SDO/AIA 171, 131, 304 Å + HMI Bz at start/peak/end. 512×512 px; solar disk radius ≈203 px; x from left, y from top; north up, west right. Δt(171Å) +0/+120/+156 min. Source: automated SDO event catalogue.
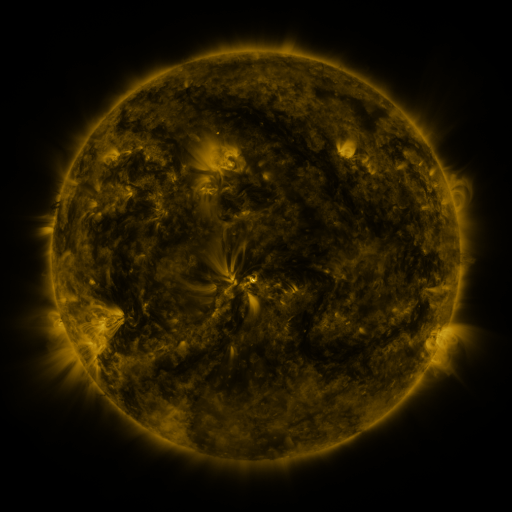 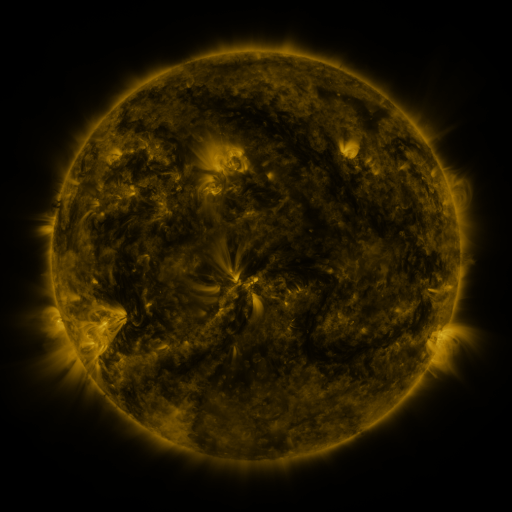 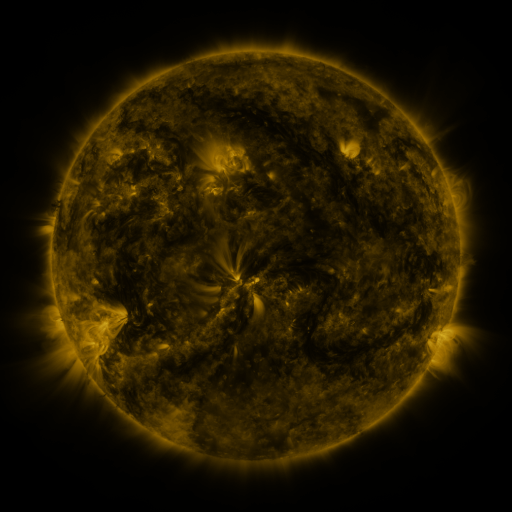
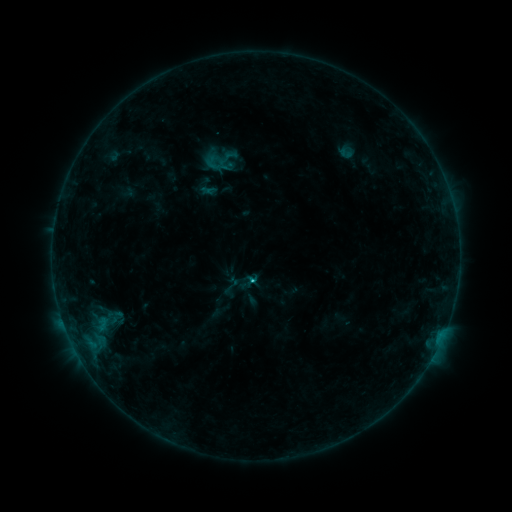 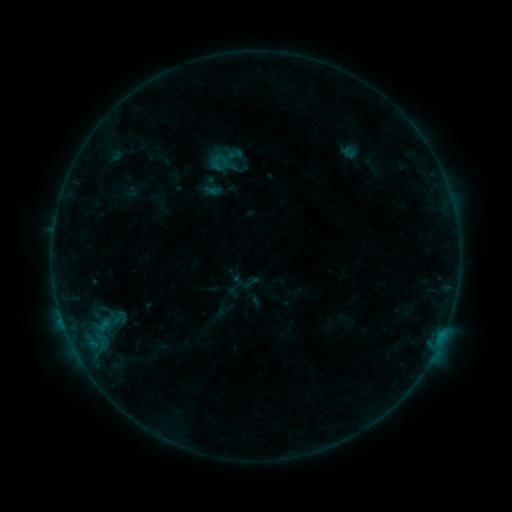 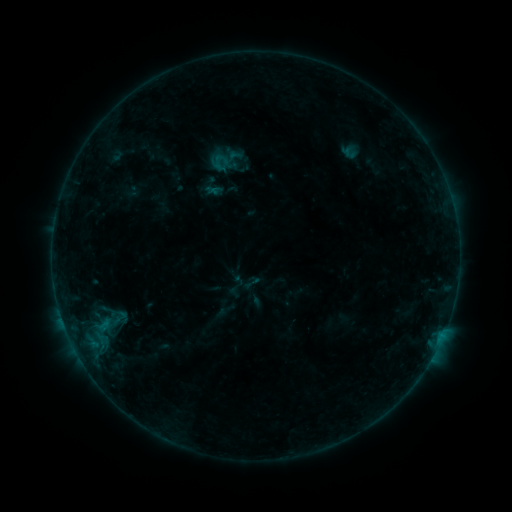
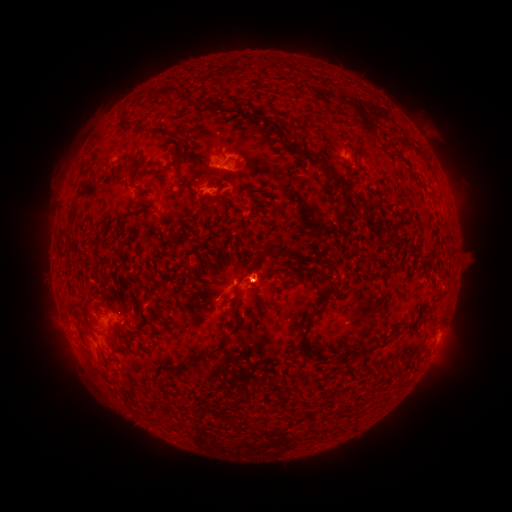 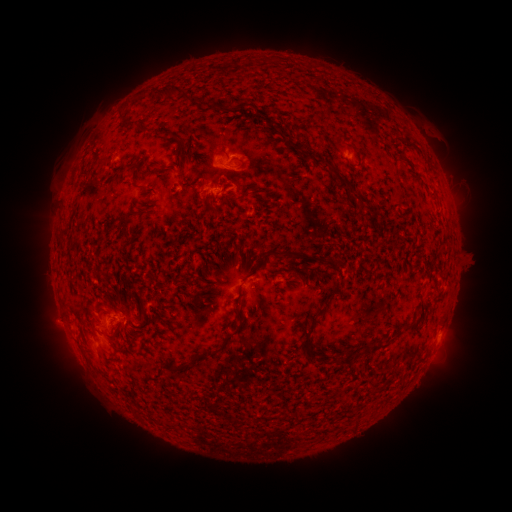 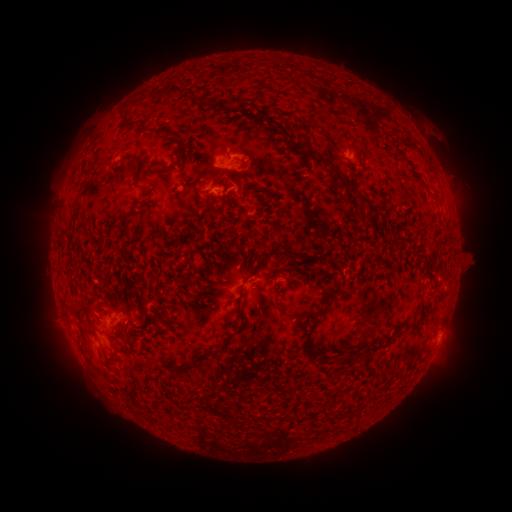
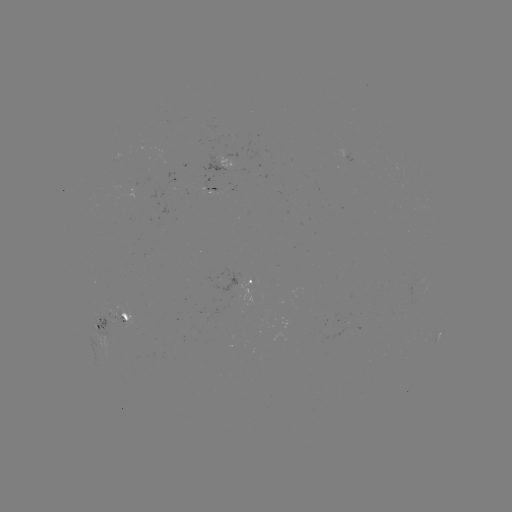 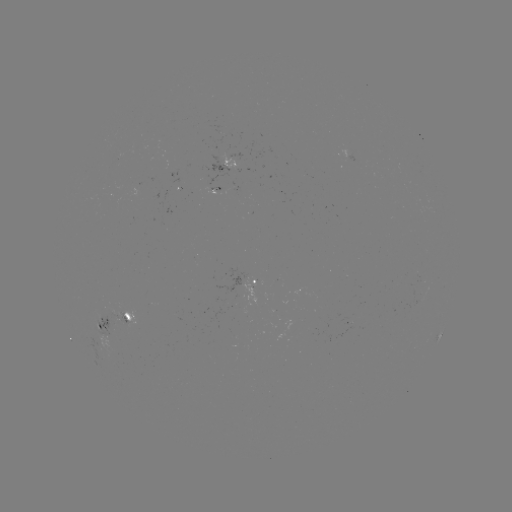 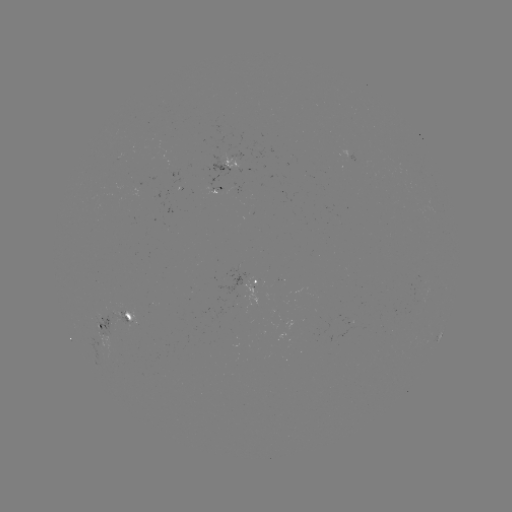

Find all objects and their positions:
emerging-flux region: (170, 166)
